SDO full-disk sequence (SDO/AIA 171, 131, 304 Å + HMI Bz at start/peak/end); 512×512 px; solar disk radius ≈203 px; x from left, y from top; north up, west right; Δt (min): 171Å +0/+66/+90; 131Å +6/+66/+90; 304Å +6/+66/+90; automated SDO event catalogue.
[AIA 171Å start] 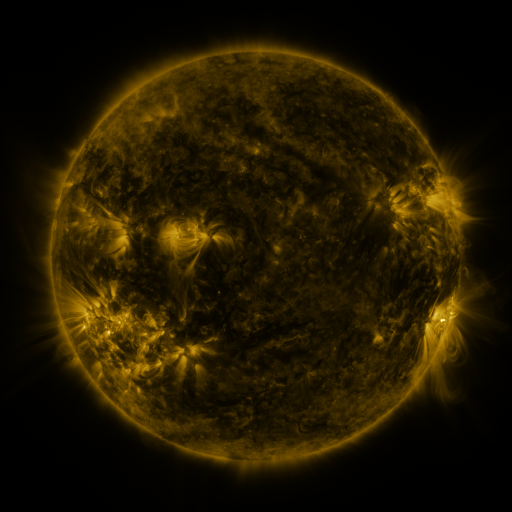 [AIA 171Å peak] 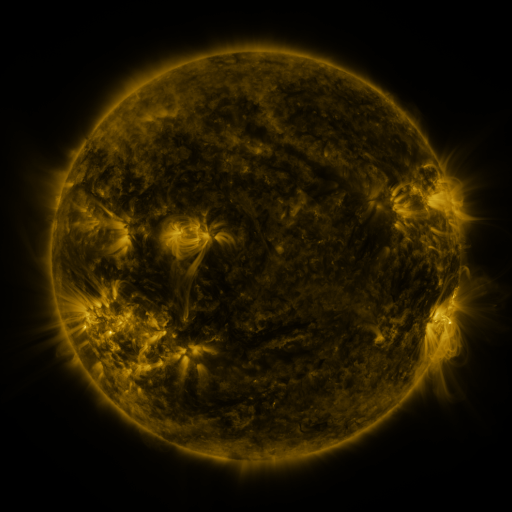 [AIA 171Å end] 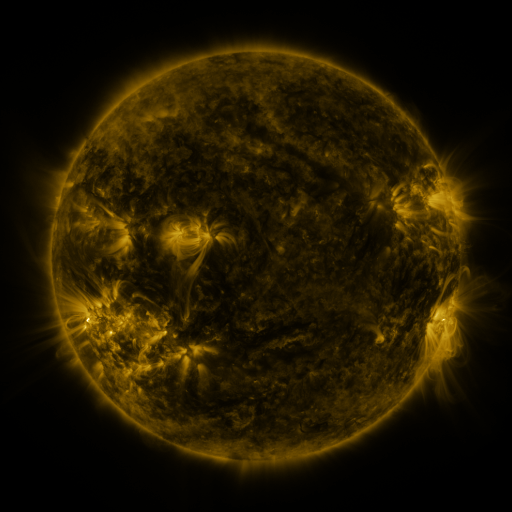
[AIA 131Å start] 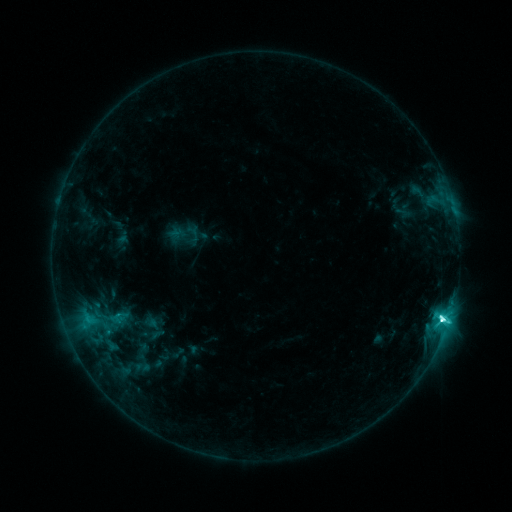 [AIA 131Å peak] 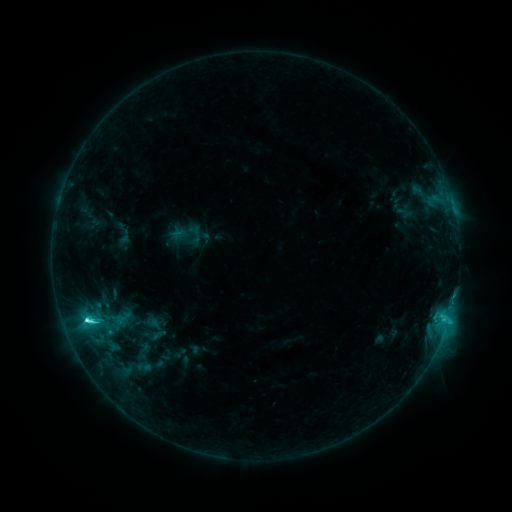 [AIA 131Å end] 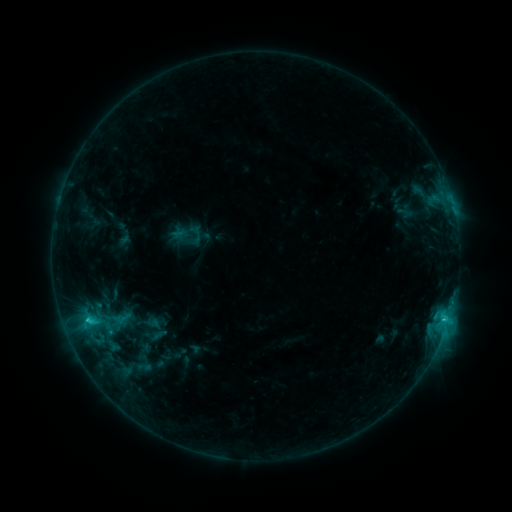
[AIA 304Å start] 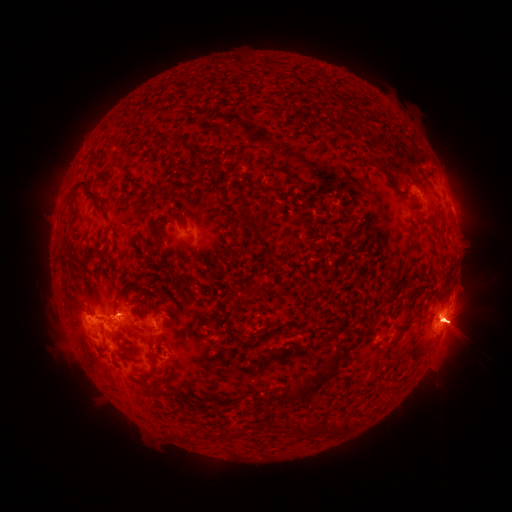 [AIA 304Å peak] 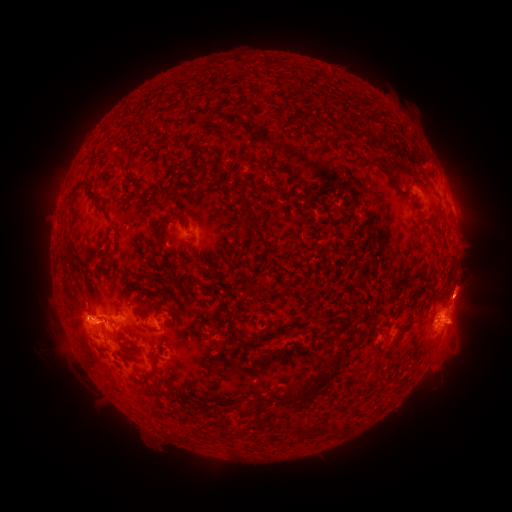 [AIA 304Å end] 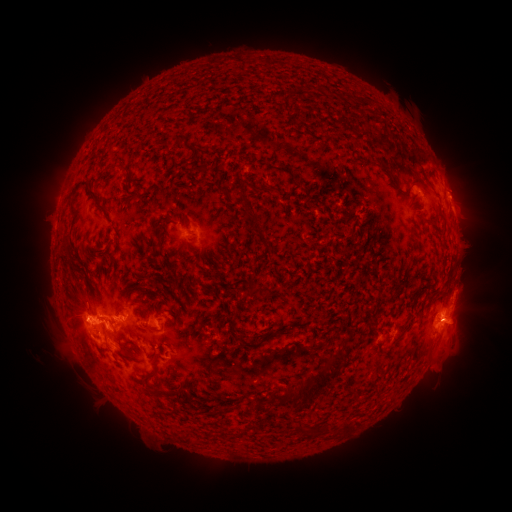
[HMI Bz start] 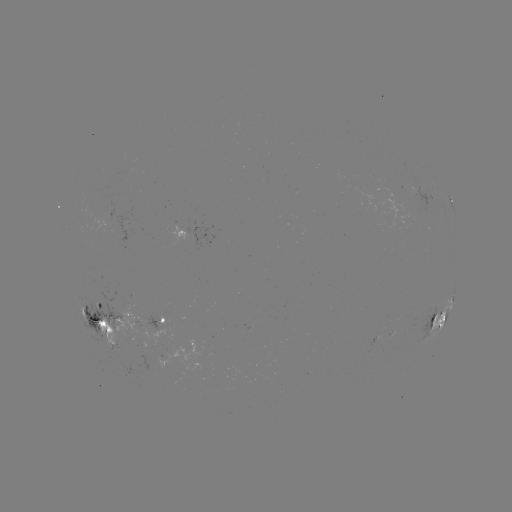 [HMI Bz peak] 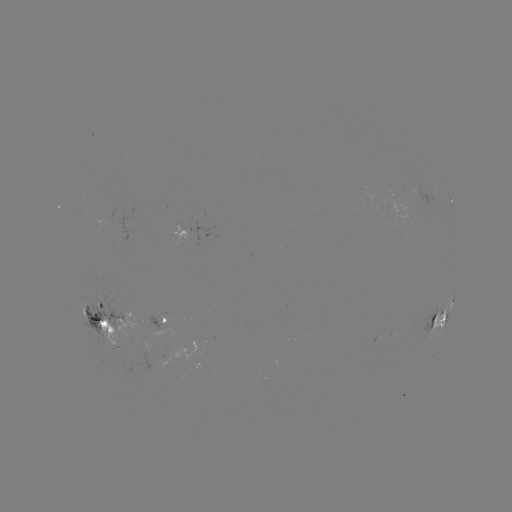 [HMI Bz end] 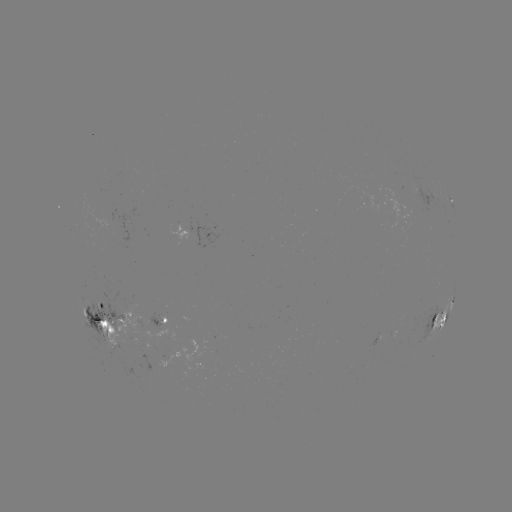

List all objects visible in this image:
emerging-flux region: (163, 343)
